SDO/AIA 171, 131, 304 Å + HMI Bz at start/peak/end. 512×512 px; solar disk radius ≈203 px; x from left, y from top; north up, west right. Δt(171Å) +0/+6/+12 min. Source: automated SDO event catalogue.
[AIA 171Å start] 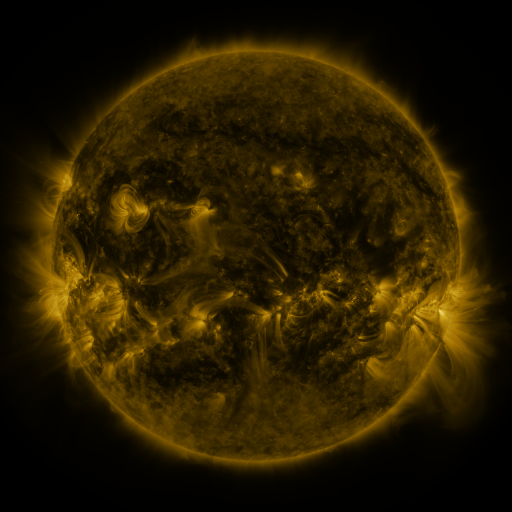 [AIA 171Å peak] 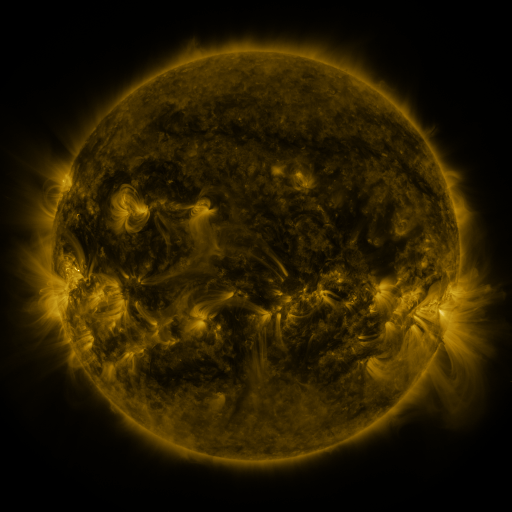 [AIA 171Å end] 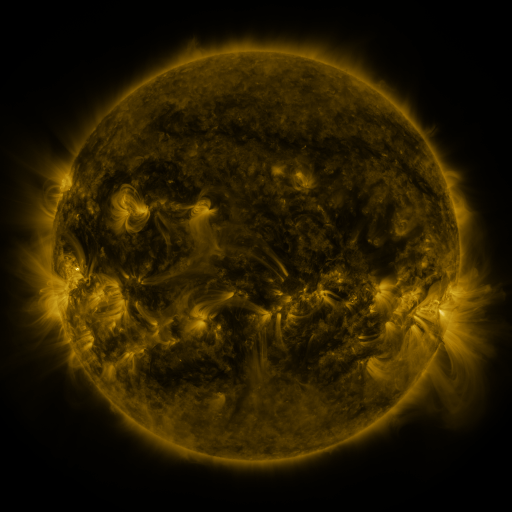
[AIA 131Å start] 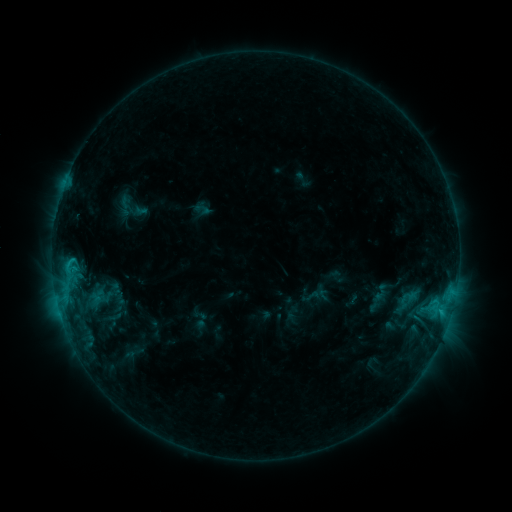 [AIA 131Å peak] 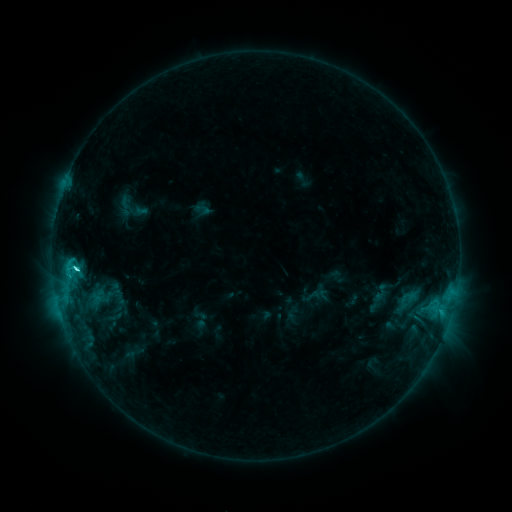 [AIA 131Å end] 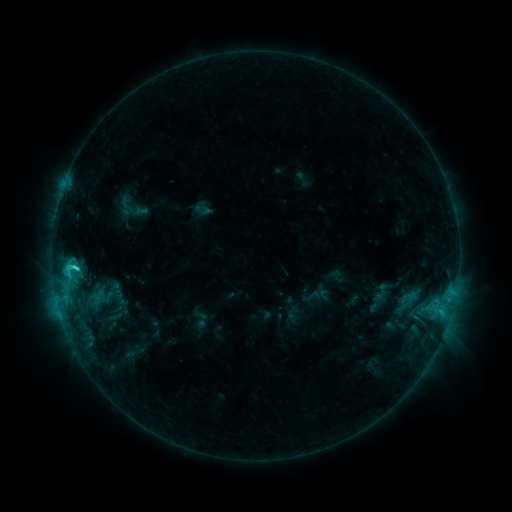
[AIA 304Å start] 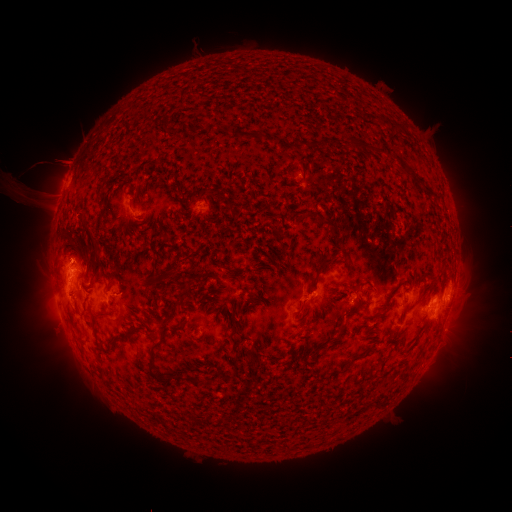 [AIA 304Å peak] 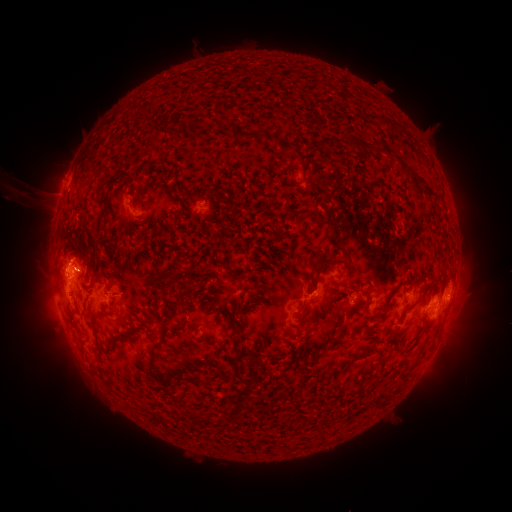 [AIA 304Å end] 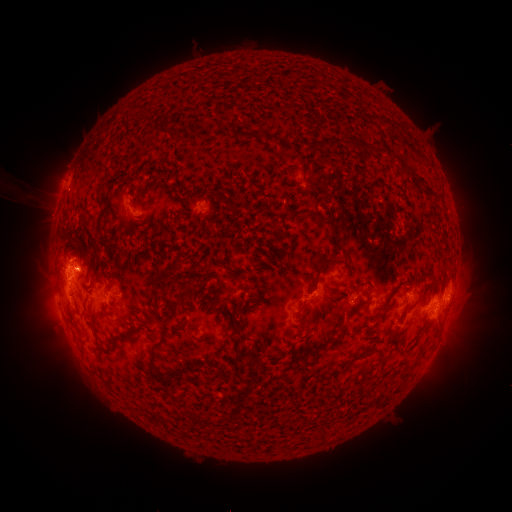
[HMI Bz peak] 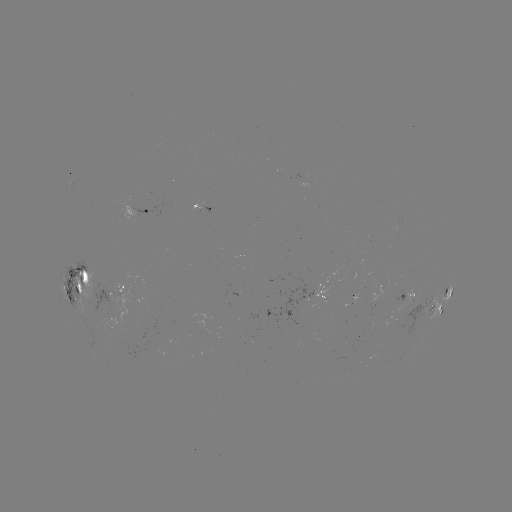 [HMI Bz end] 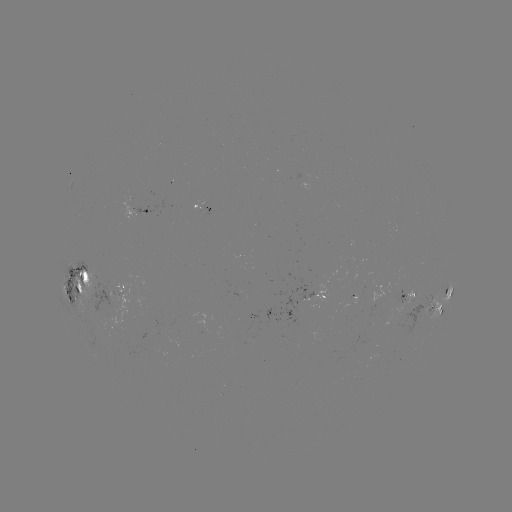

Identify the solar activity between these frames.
C4.6 flare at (78, 268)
